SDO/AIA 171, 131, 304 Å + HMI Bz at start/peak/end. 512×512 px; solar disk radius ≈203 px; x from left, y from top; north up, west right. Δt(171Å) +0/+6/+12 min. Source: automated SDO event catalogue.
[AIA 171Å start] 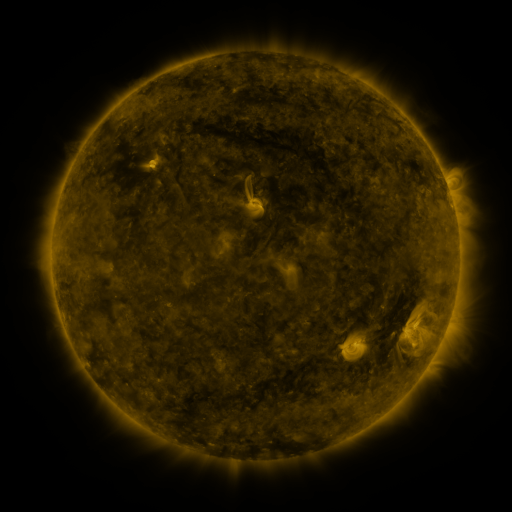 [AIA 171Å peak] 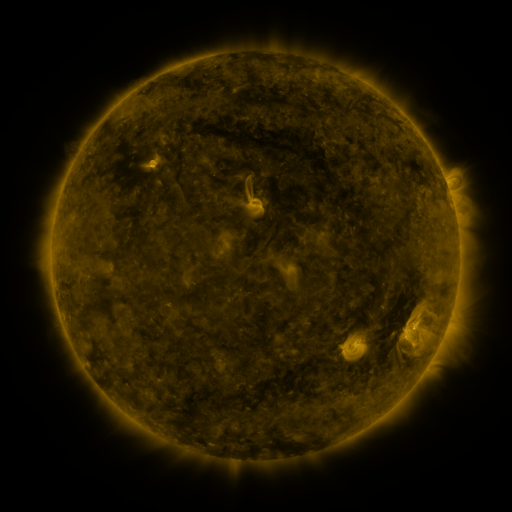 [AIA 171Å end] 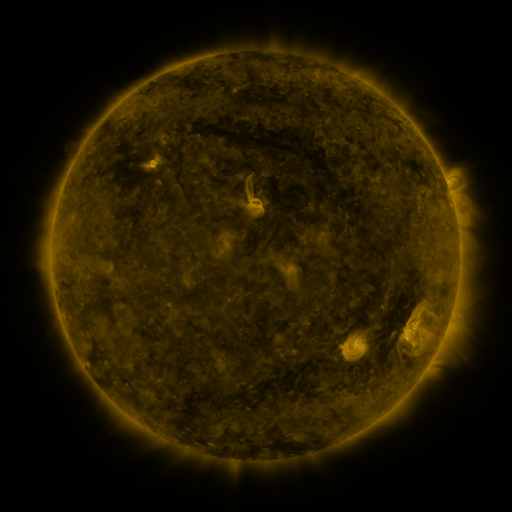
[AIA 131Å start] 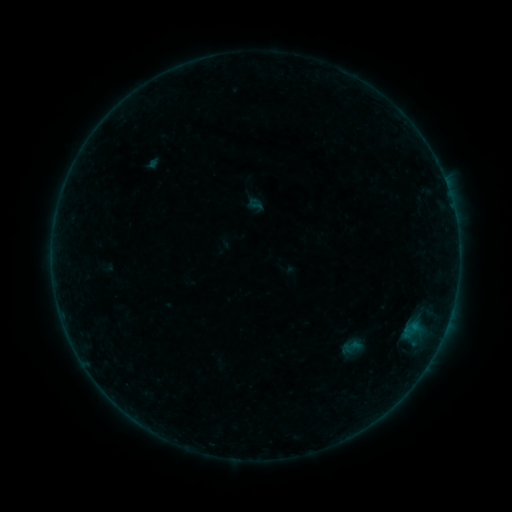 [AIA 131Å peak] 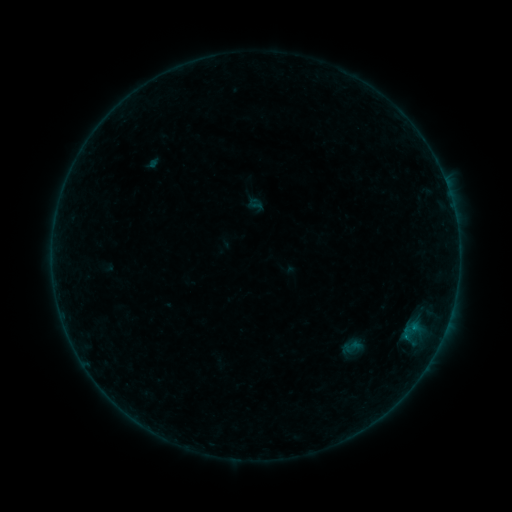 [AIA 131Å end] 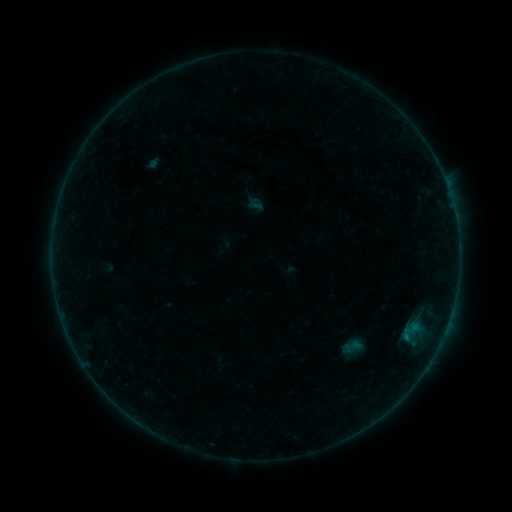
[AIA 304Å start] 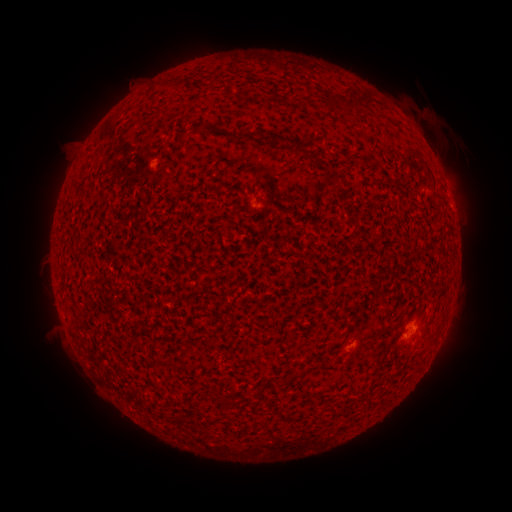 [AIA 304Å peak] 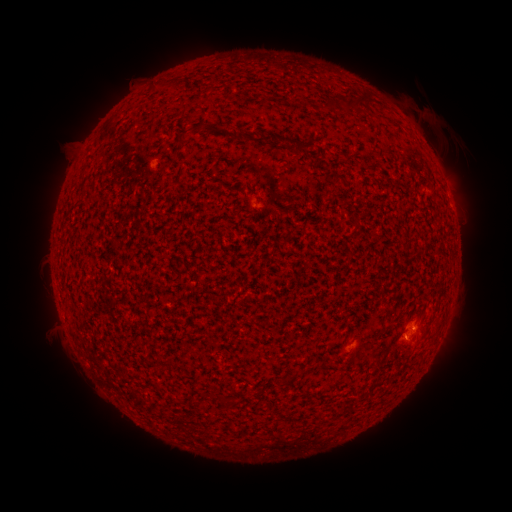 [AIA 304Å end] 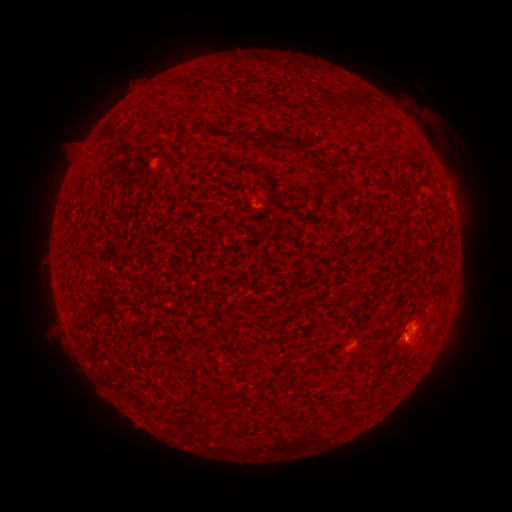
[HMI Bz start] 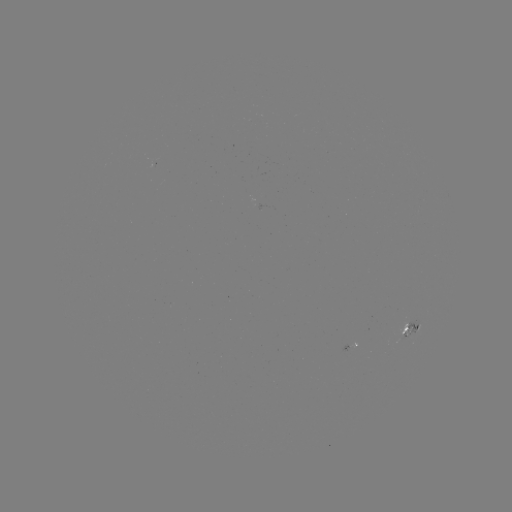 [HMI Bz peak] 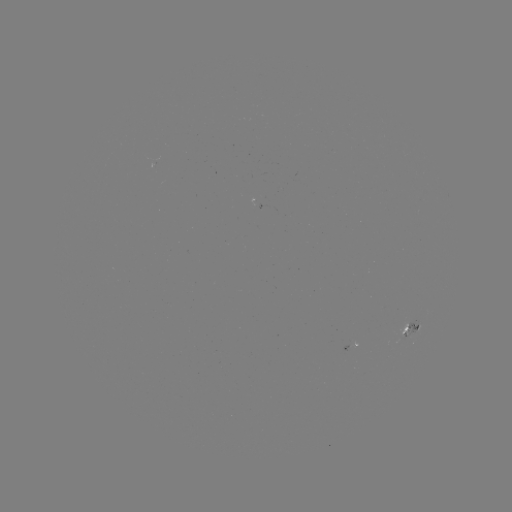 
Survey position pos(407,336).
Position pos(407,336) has B1.1 flare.